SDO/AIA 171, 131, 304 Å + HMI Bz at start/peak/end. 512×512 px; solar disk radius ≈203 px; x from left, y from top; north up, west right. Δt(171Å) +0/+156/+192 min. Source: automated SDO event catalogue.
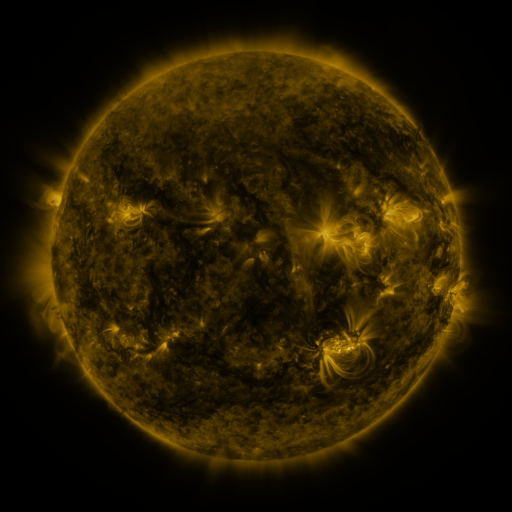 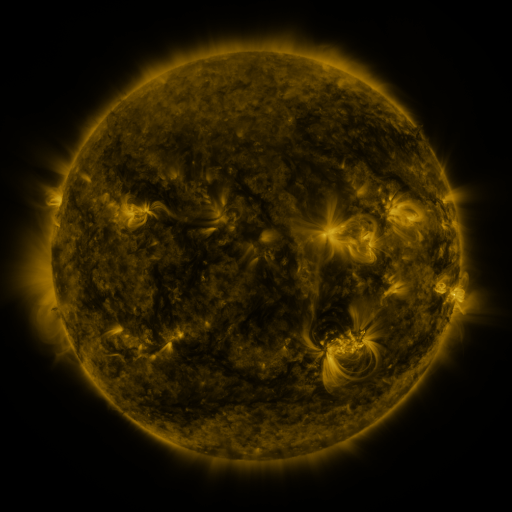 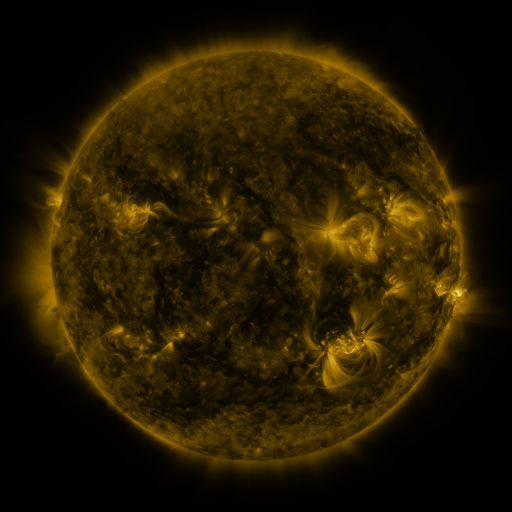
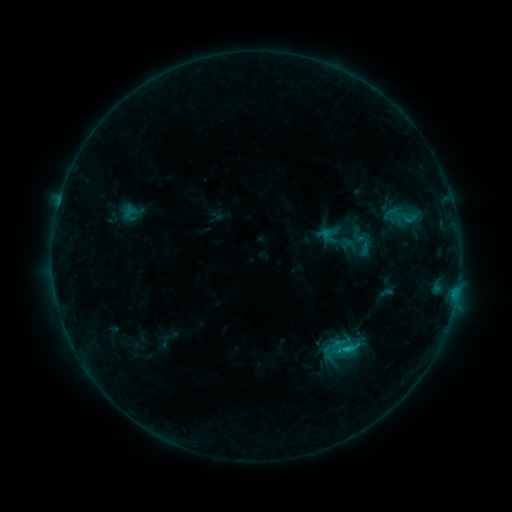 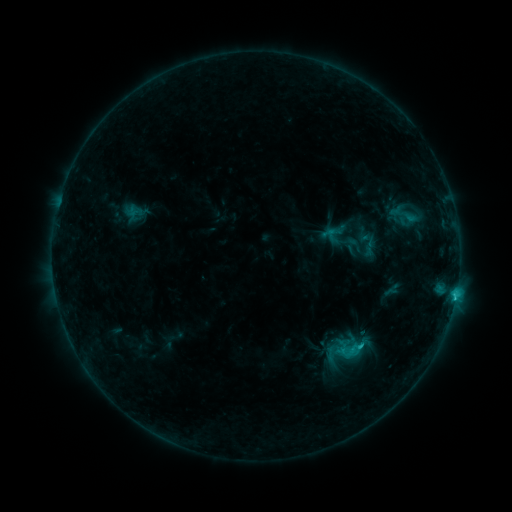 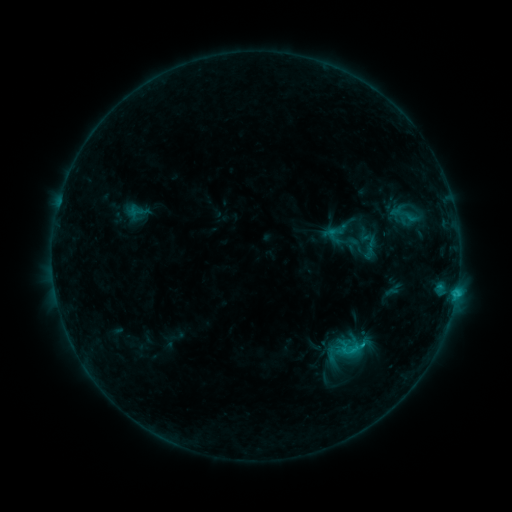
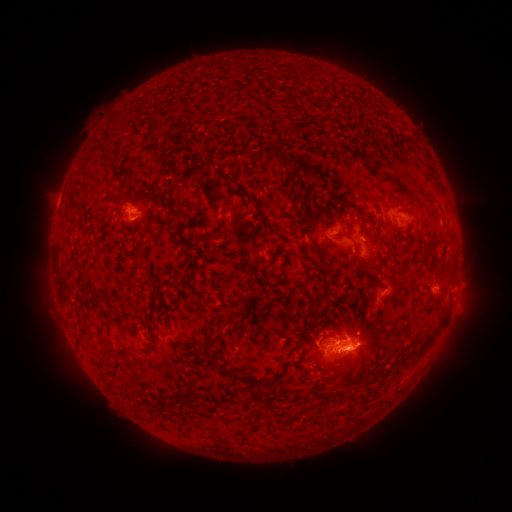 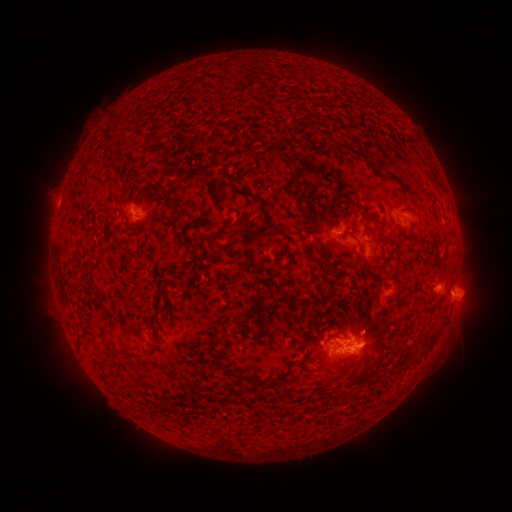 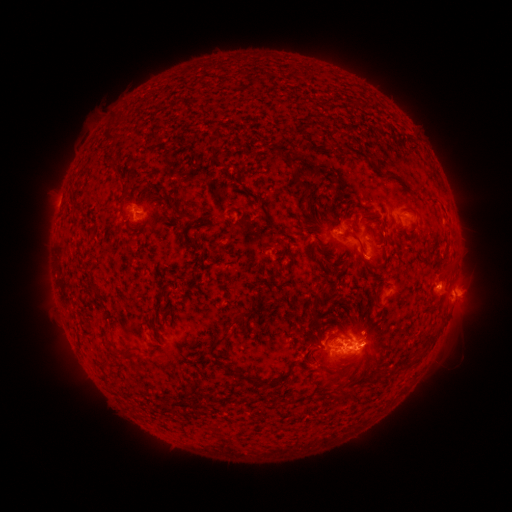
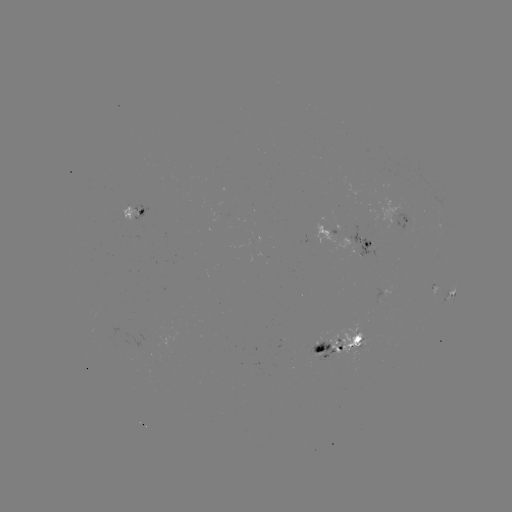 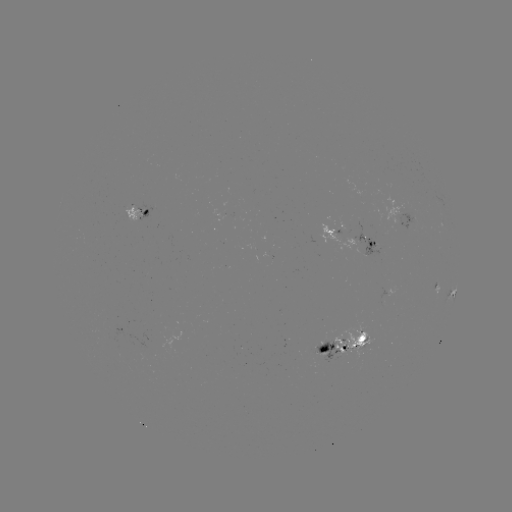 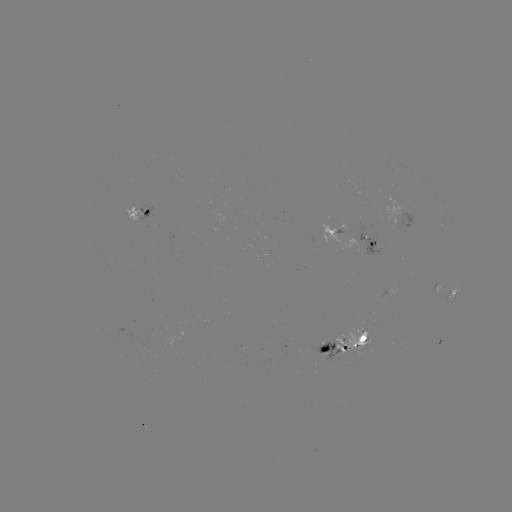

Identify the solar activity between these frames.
emerging-flux region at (130, 217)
